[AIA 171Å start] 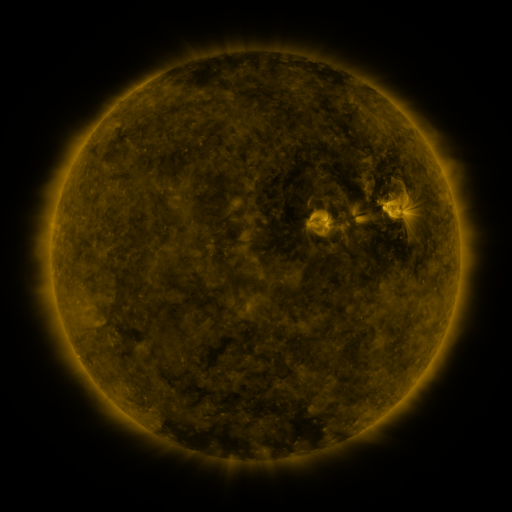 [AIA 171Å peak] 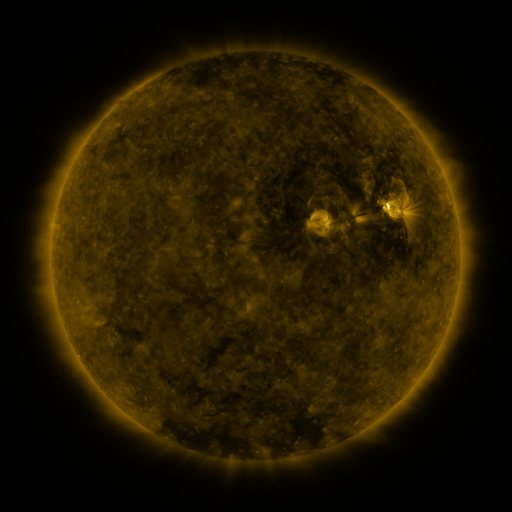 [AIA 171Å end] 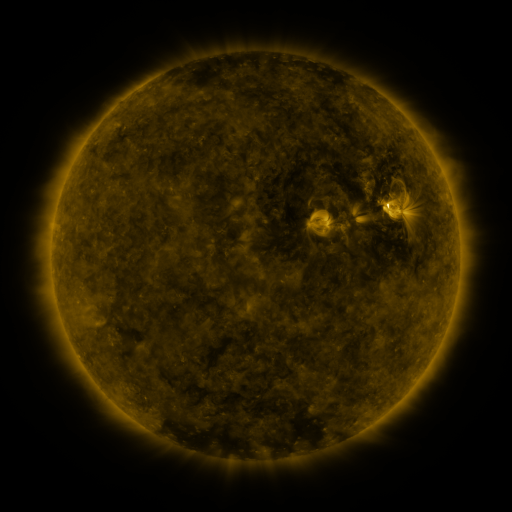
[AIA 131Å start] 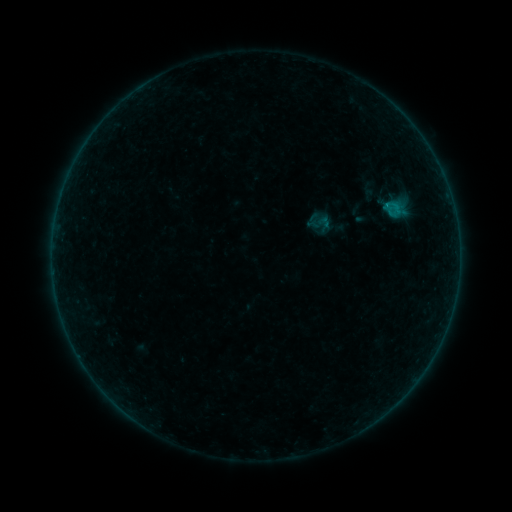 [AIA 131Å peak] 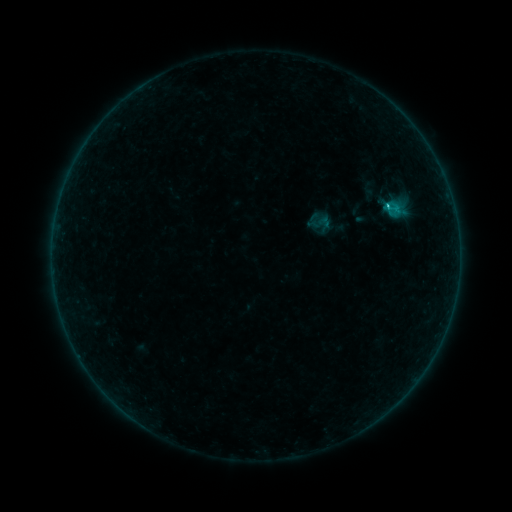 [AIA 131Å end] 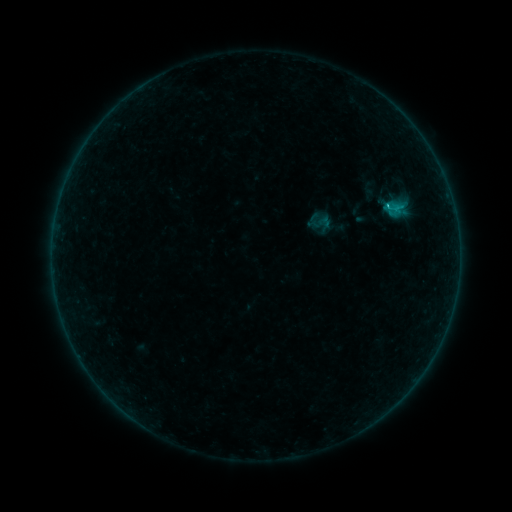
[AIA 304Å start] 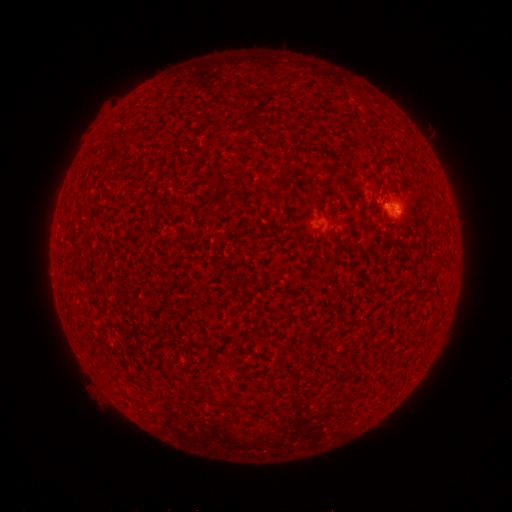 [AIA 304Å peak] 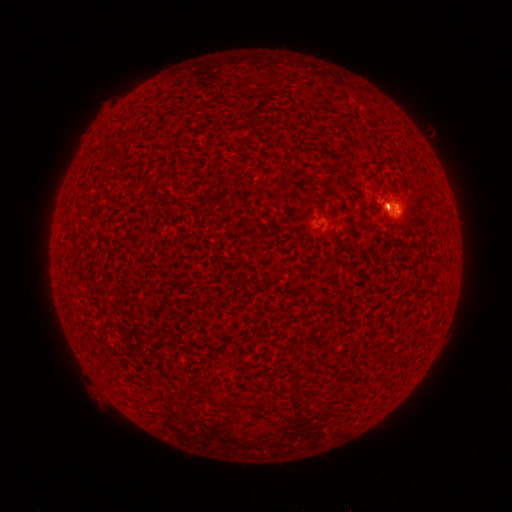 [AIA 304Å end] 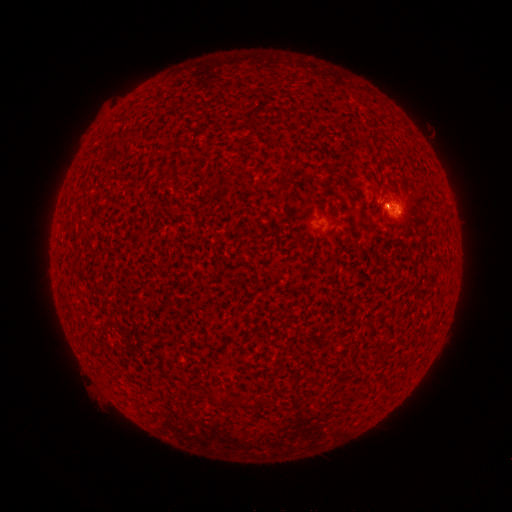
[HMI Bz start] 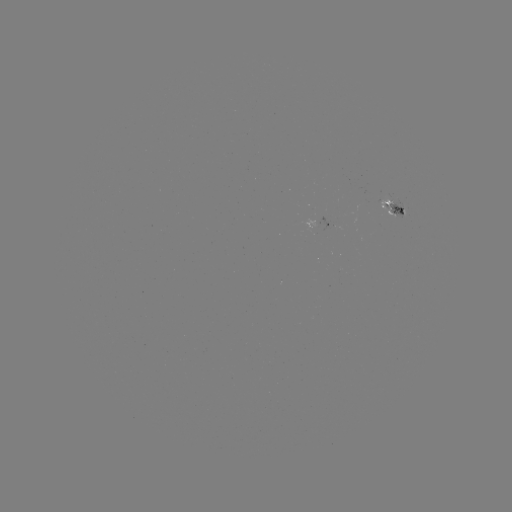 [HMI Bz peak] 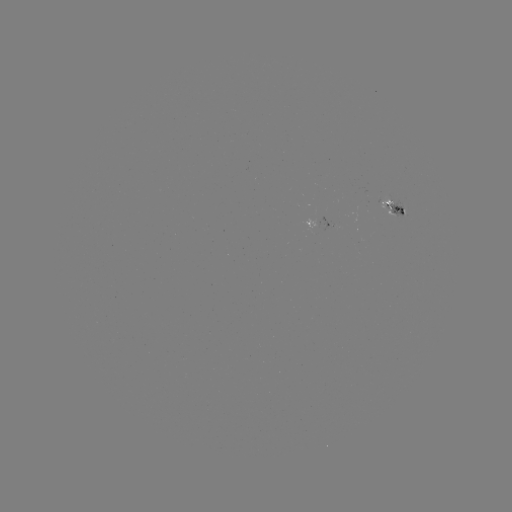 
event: flare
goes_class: C1.5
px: (385, 208)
